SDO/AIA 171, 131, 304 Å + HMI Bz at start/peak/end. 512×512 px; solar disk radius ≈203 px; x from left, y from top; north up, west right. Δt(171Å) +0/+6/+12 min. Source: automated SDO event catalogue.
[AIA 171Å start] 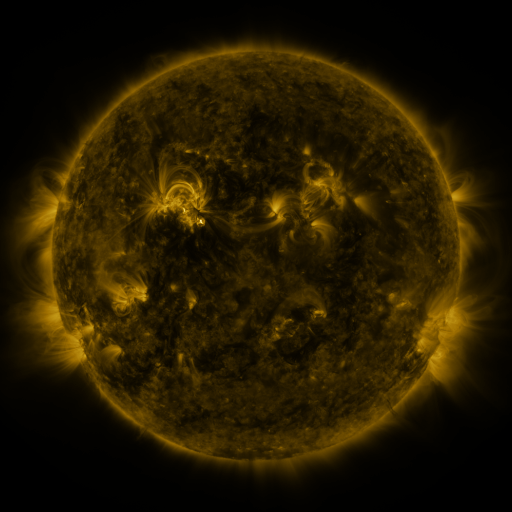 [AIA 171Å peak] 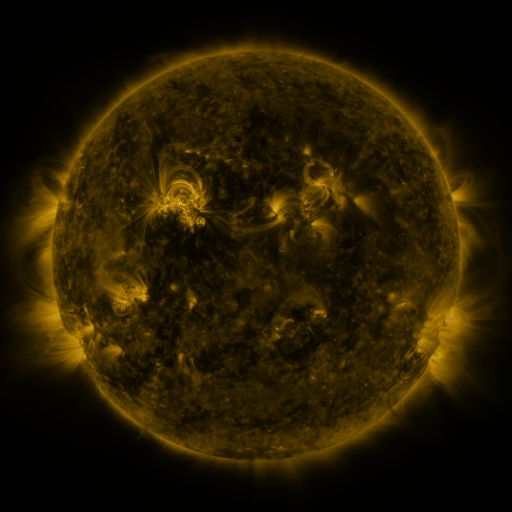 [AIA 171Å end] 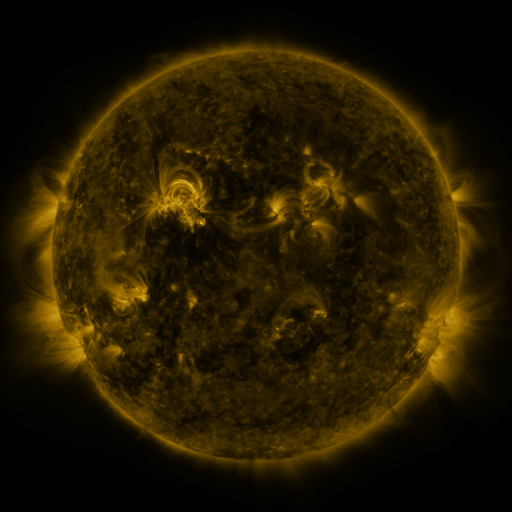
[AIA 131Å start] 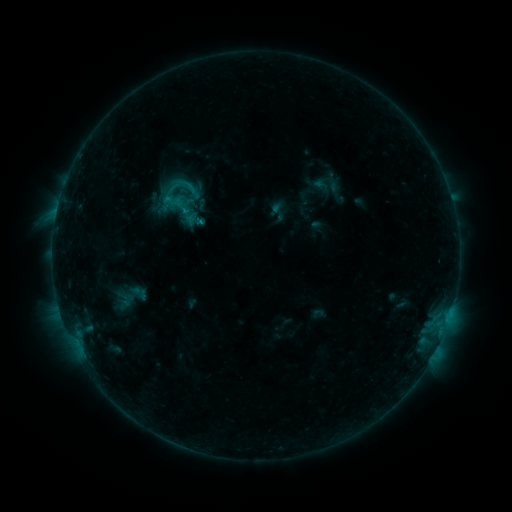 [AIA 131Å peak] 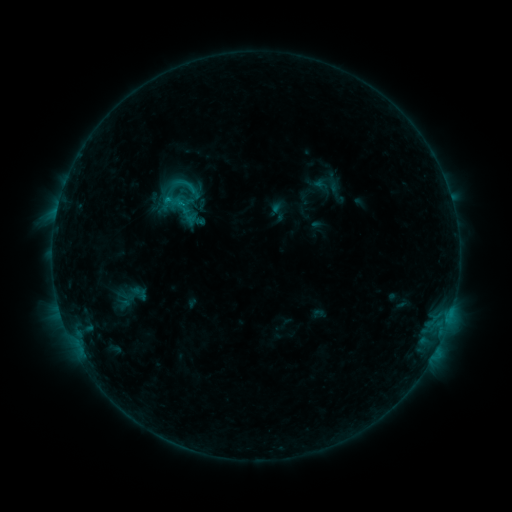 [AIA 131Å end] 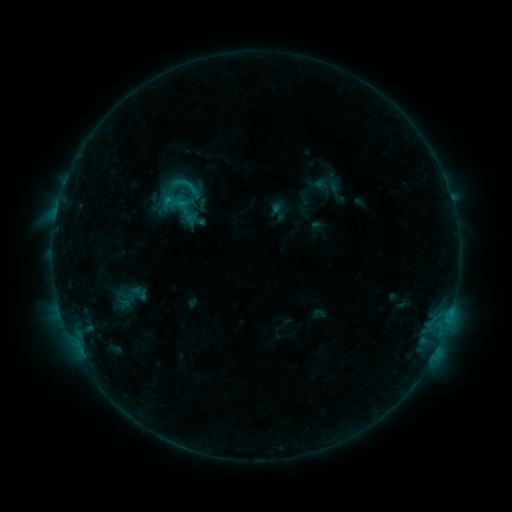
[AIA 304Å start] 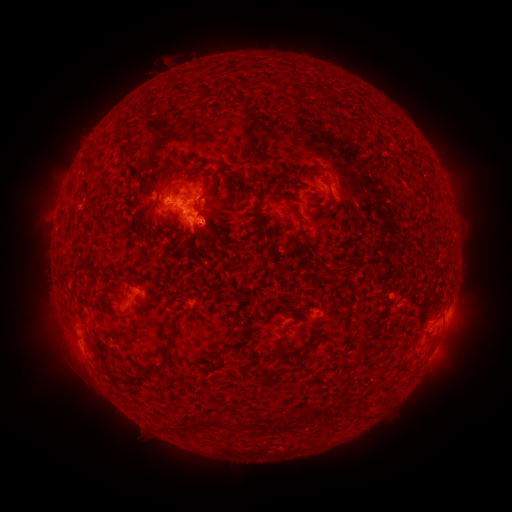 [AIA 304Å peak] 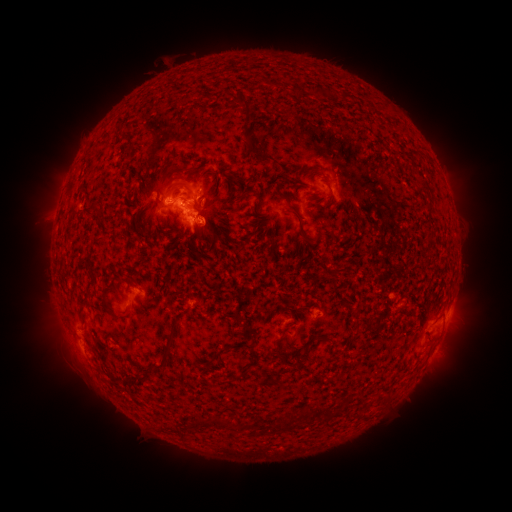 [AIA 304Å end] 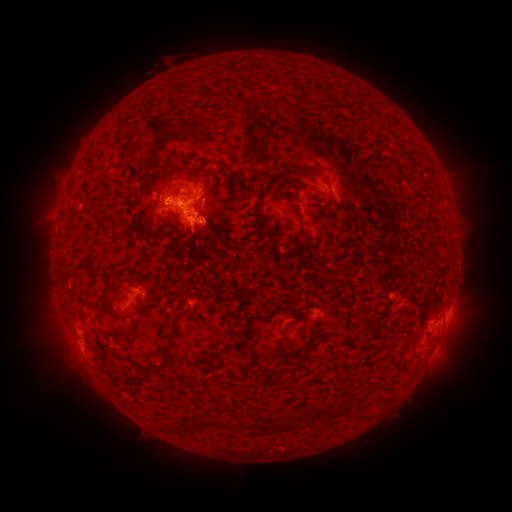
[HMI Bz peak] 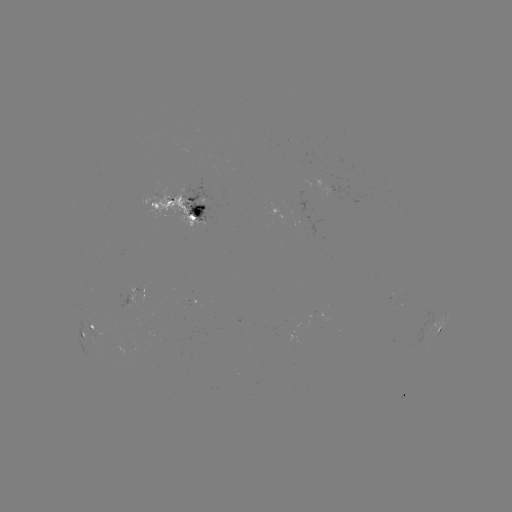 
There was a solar flare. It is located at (168, 203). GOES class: C1.0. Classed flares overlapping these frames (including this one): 1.